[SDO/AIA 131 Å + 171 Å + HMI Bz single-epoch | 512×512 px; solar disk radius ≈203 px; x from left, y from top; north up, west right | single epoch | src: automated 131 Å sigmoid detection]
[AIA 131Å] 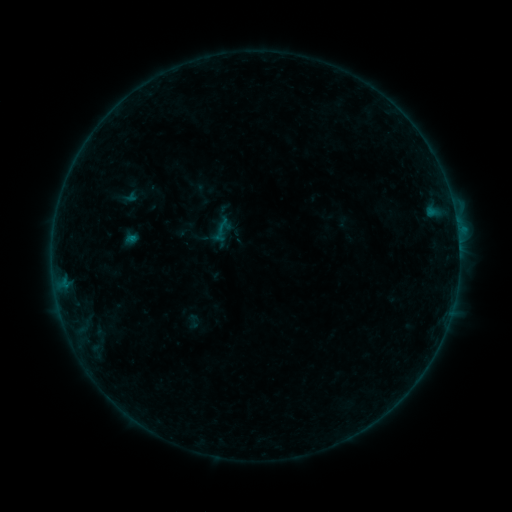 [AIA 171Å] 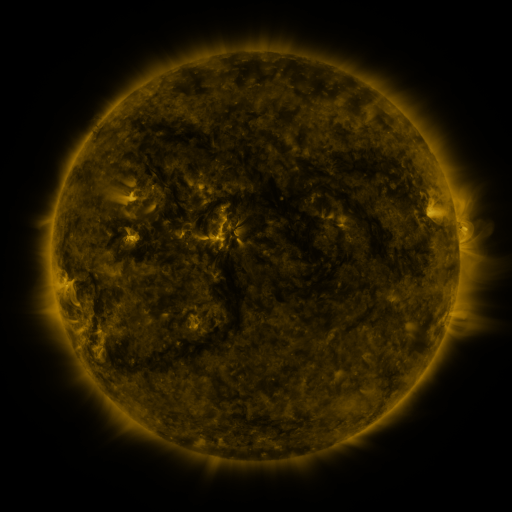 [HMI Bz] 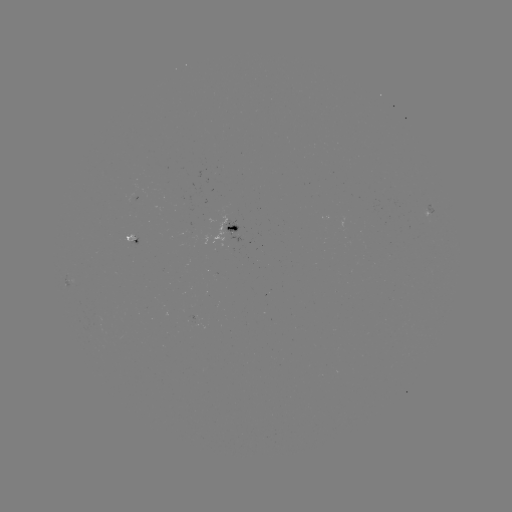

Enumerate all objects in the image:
sigmoid: [213, 216, 233, 237]
sigmoid: [184, 313, 203, 329]
